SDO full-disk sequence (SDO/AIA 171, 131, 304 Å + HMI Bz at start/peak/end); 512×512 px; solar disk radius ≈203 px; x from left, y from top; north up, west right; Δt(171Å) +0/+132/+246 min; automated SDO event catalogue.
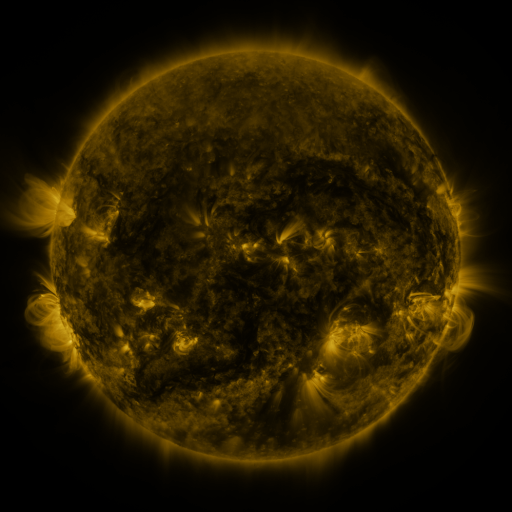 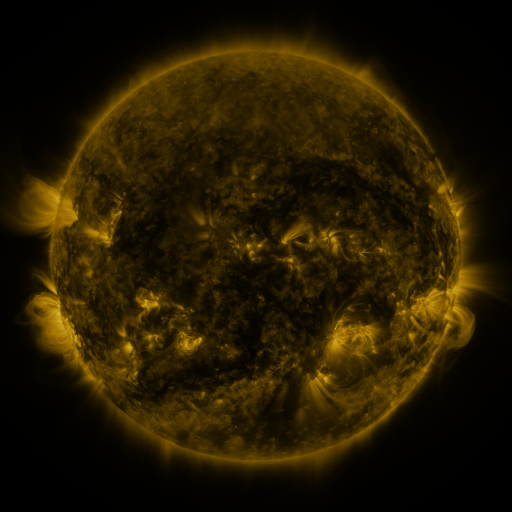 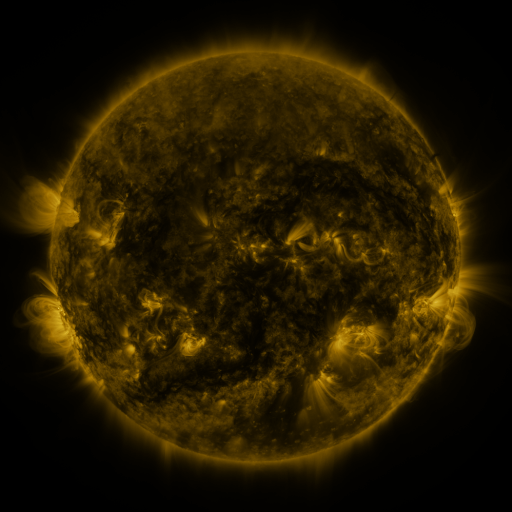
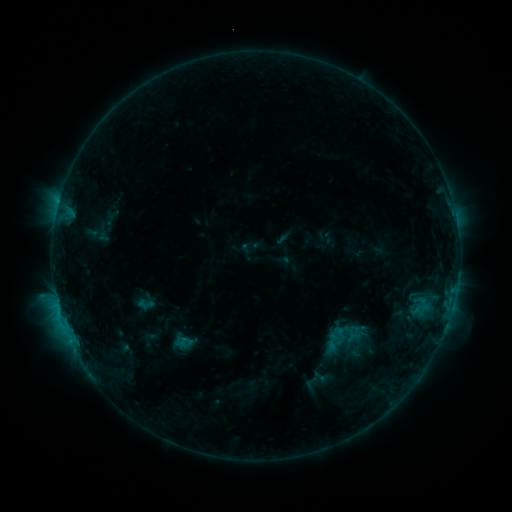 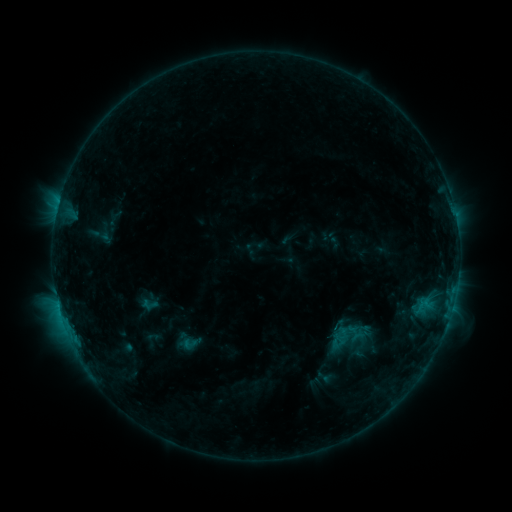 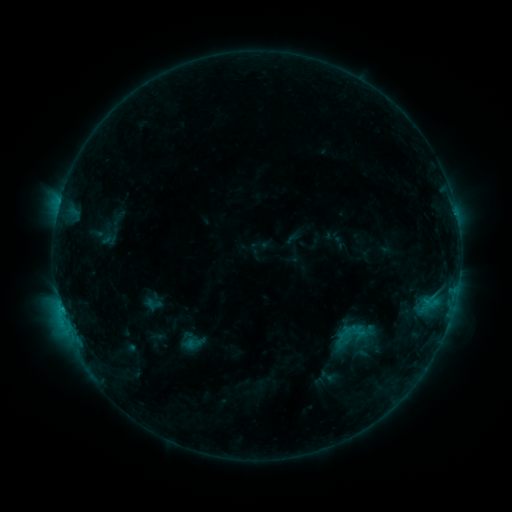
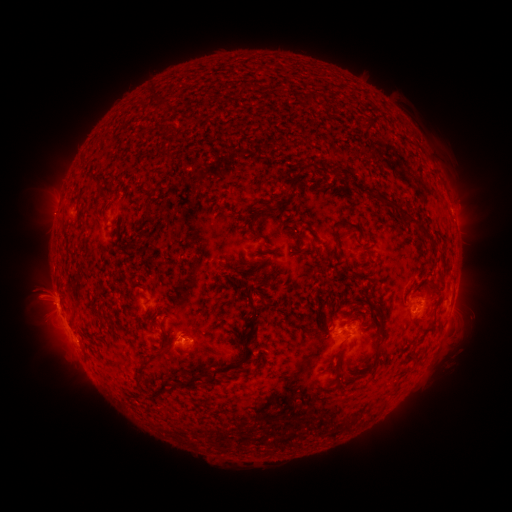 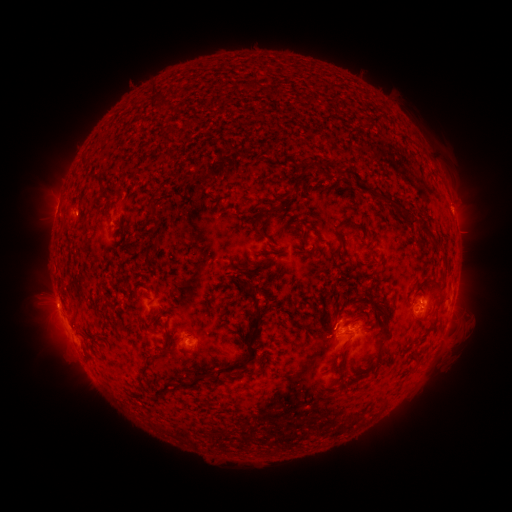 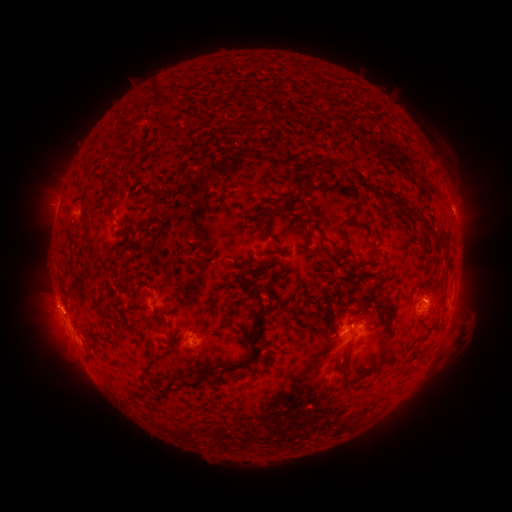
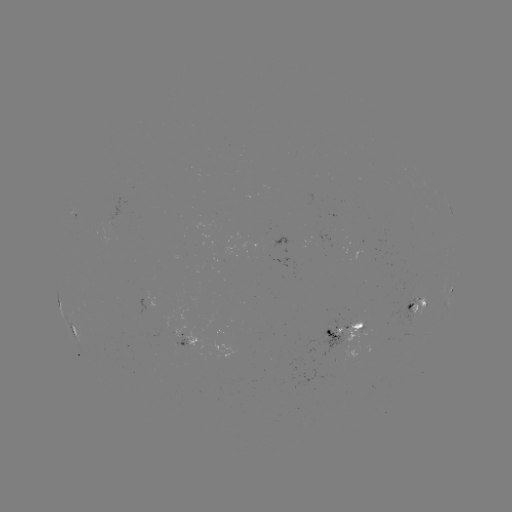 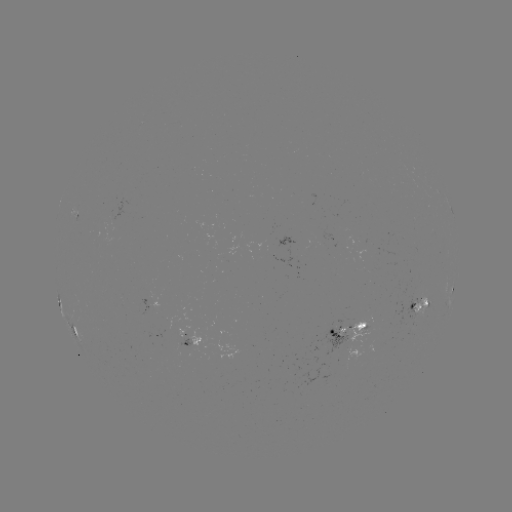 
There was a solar emerging-flux region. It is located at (356, 326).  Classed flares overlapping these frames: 1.